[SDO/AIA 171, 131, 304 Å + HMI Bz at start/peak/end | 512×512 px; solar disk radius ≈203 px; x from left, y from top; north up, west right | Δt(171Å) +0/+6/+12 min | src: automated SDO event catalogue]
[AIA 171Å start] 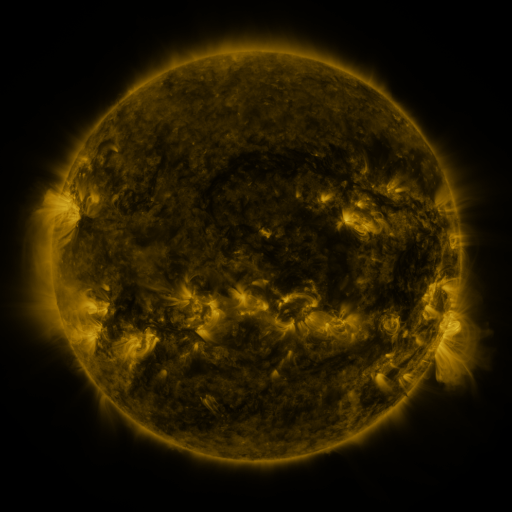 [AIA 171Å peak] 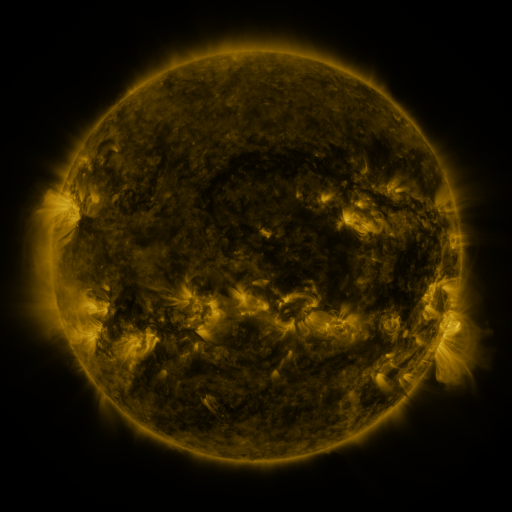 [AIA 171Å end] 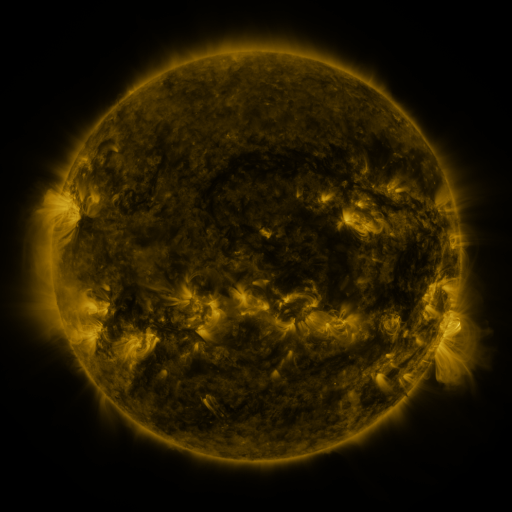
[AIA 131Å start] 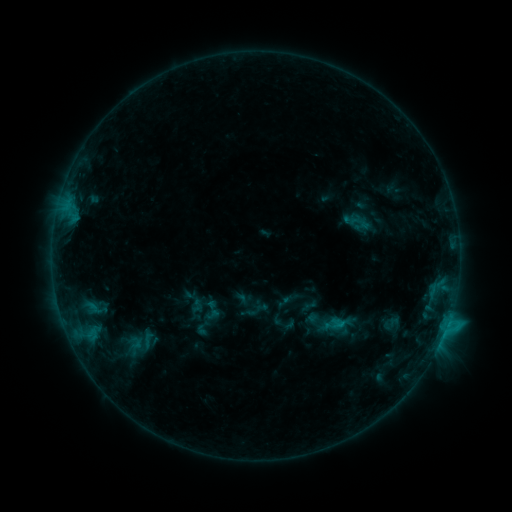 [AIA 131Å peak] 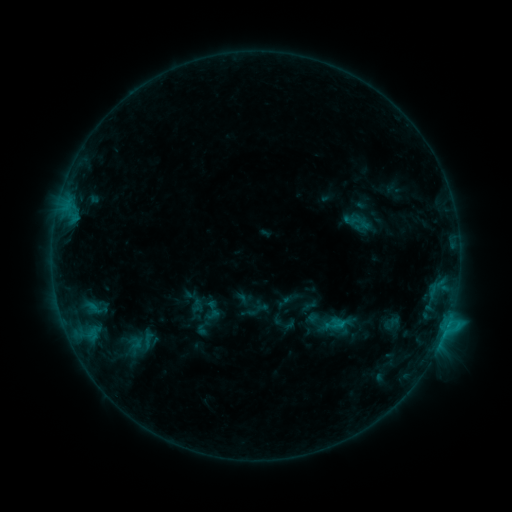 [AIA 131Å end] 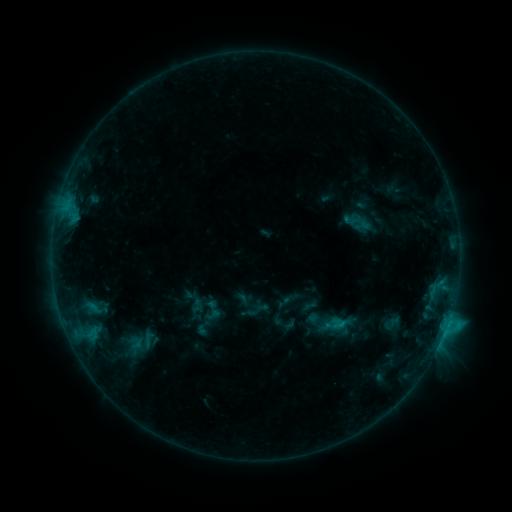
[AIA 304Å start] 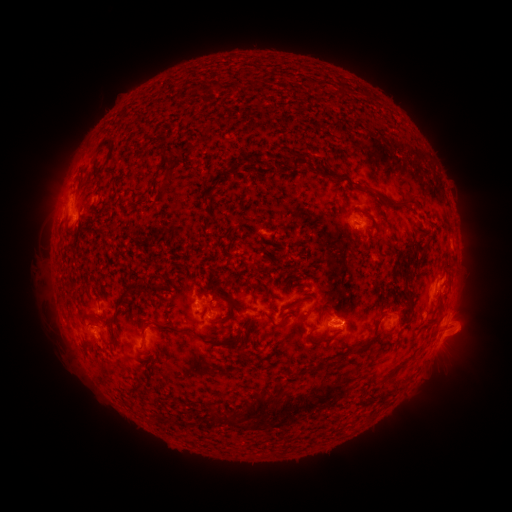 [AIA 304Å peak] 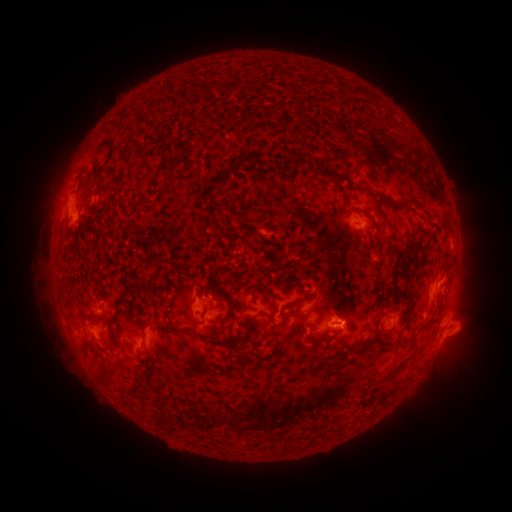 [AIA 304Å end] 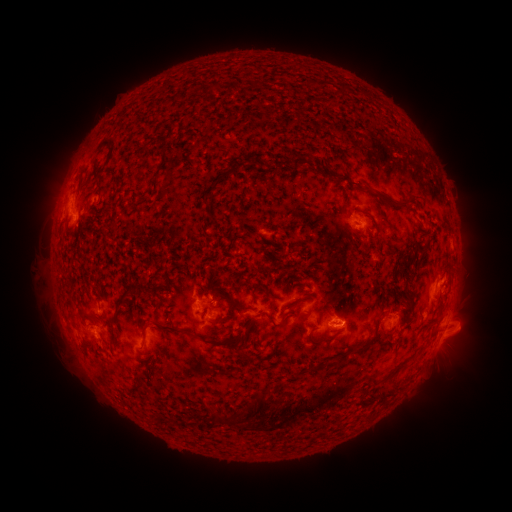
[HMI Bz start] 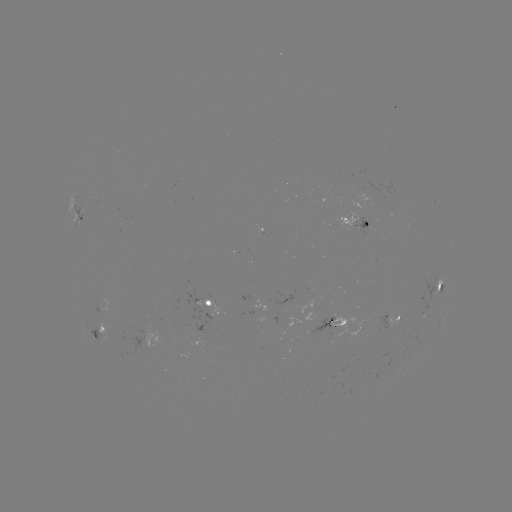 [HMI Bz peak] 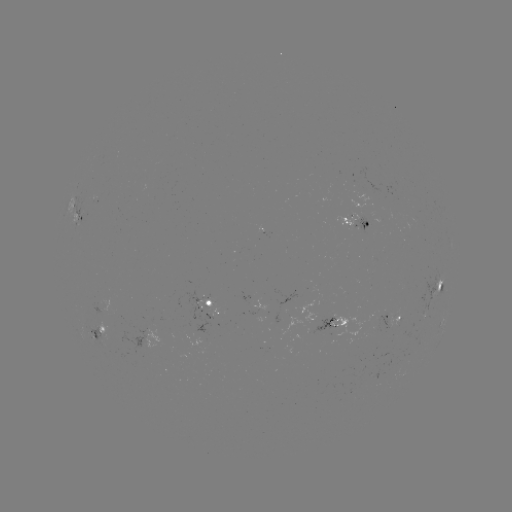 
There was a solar eruption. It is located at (296, 409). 